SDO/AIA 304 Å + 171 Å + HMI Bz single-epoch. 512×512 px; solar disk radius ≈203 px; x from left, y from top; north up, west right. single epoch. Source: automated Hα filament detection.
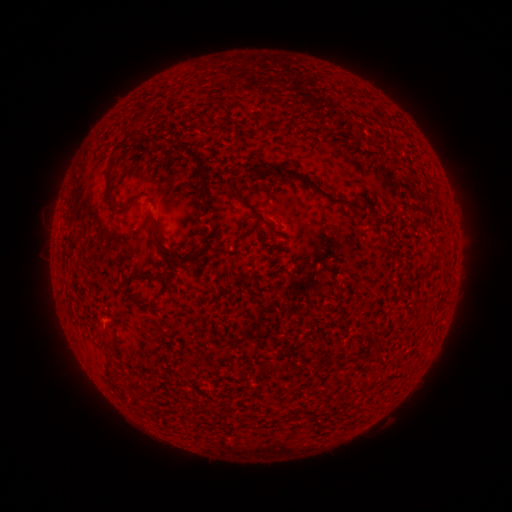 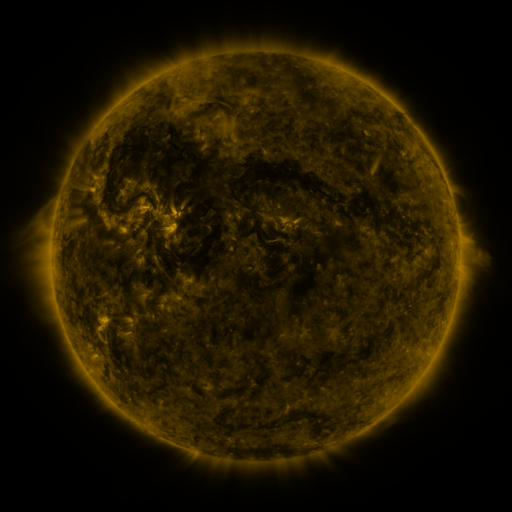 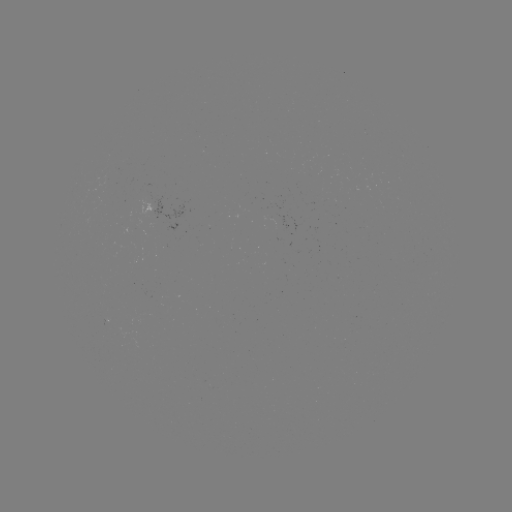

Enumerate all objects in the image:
filament: [136, 105, 147, 121]
filament: [118, 137, 126, 147]
filament: [174, 141, 208, 165]
filament: [248, 163, 258, 174]
filament: [281, 166, 350, 205]
filament: [196, 170, 219, 214]
filament: [103, 174, 111, 203]
filament: [231, 185, 273, 233]
filament: [147, 216, 175, 264]
filament: [176, 249, 200, 268]
filament: [131, 274, 151, 282]
filament: [310, 360, 320, 370]
filament: [274, 362, 286, 378]
filament: [313, 413, 327, 428]
